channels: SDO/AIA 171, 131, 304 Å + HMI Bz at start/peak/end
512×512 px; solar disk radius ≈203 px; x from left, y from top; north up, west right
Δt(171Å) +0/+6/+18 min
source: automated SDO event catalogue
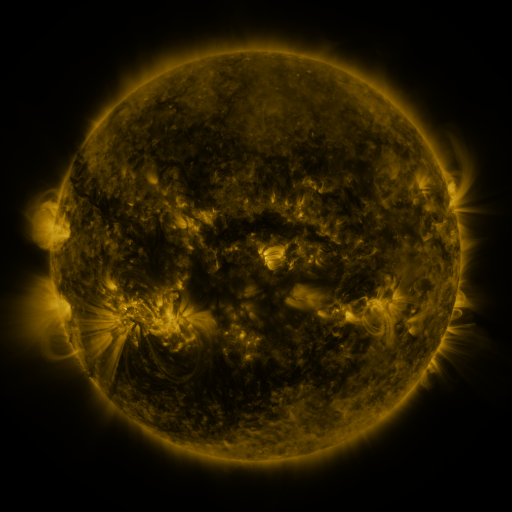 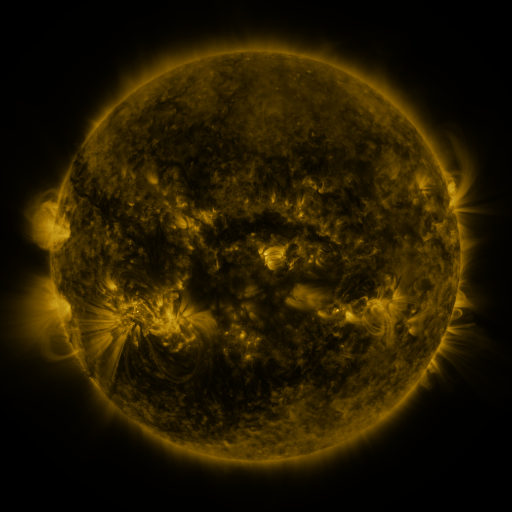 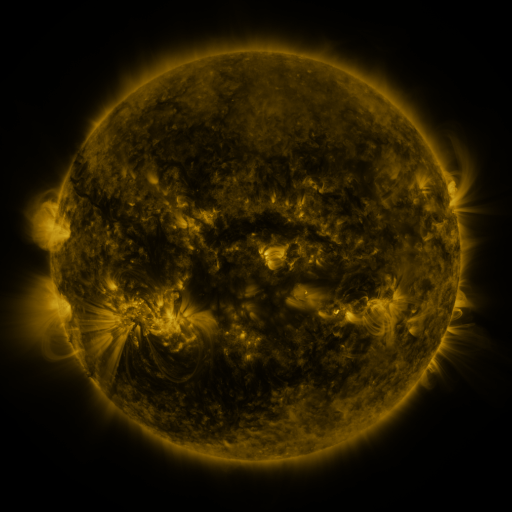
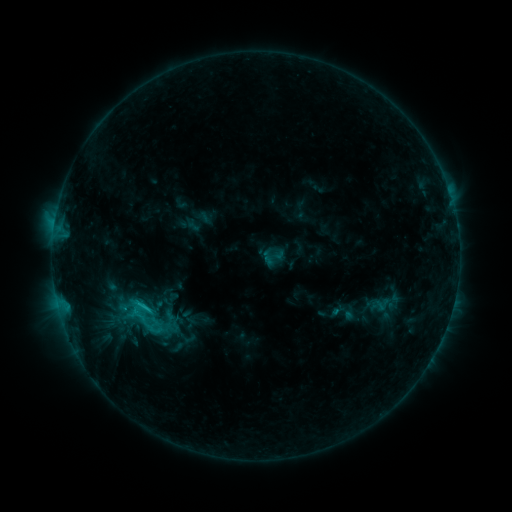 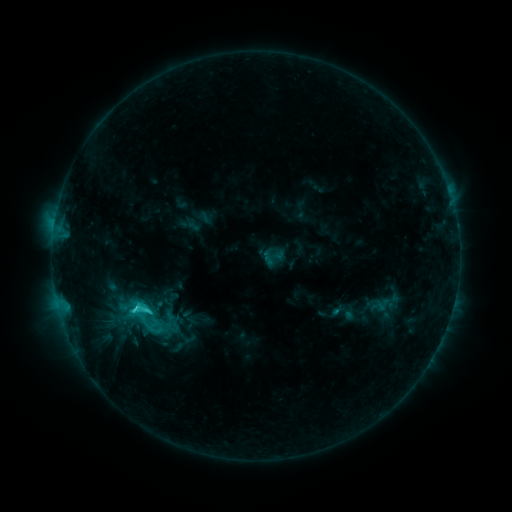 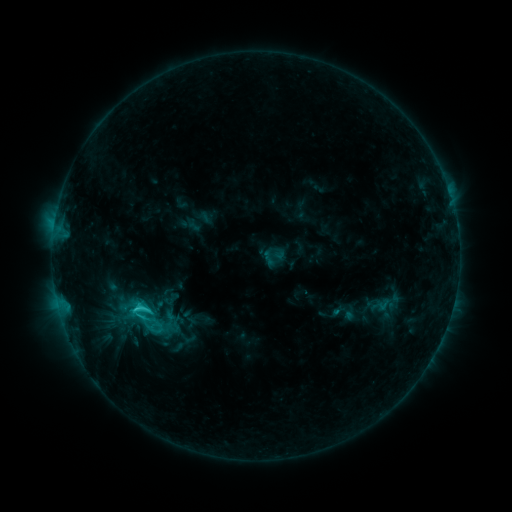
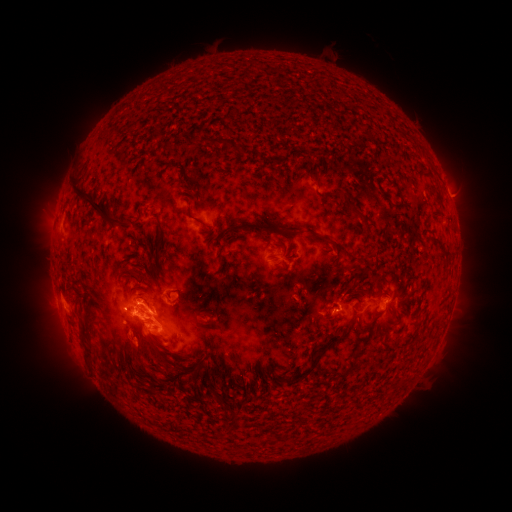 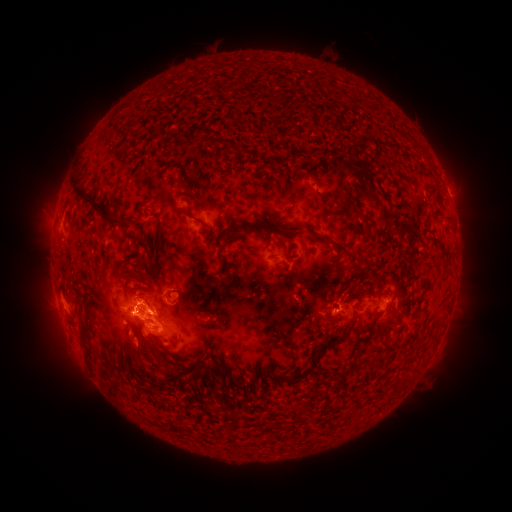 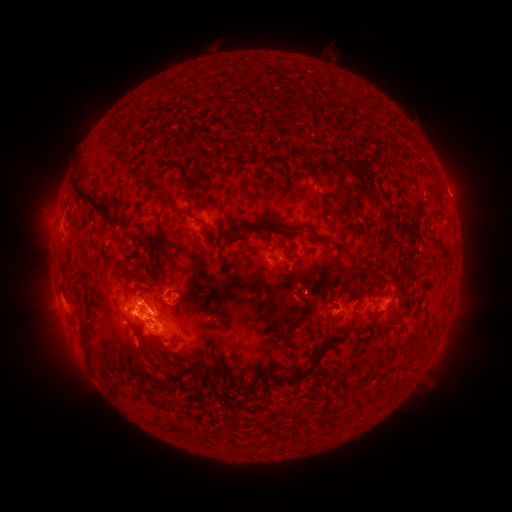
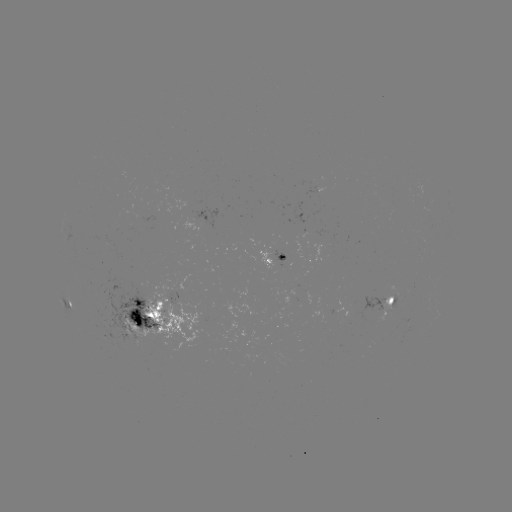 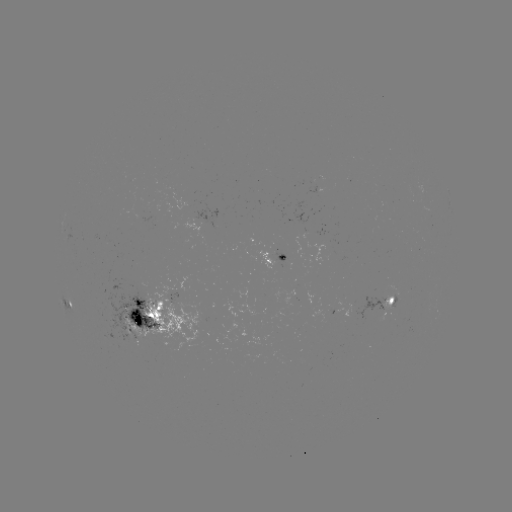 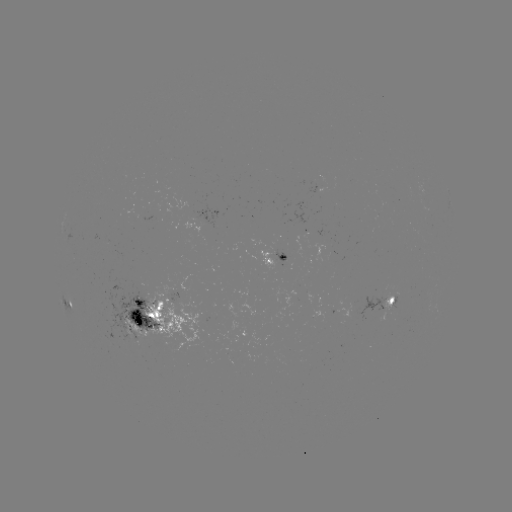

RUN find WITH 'C4.2 flare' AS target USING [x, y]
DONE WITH [137, 306] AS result